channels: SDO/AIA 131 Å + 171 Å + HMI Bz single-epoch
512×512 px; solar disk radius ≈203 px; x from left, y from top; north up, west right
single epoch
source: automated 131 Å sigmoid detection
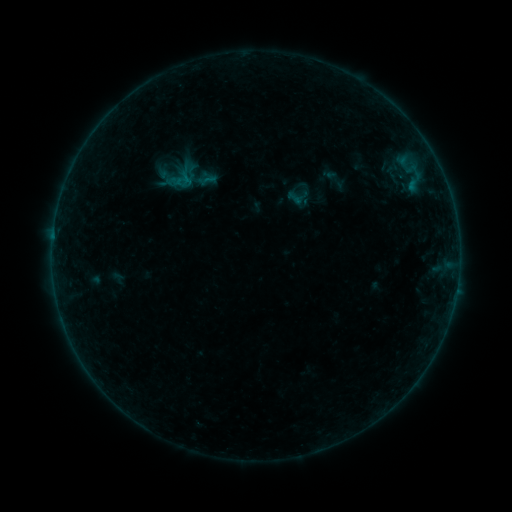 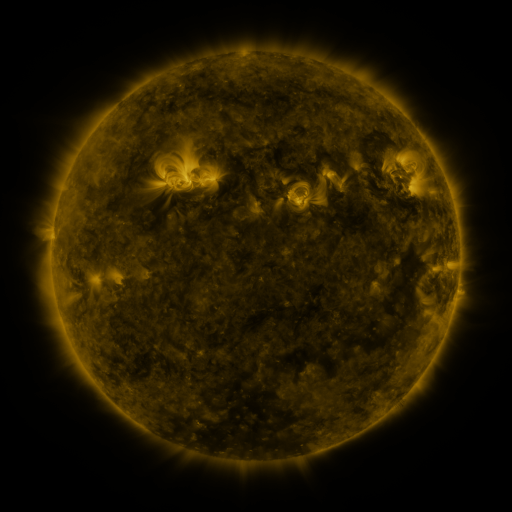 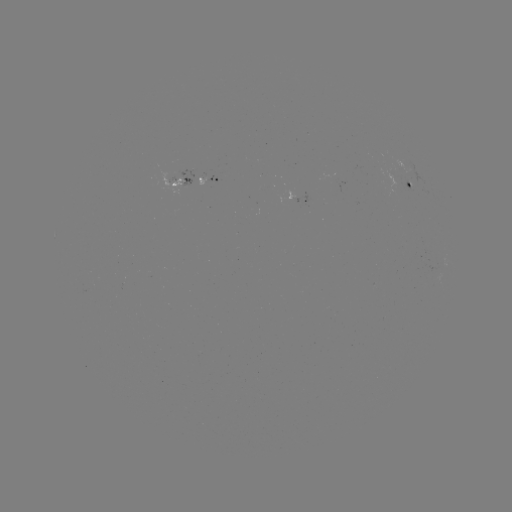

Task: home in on sigmoid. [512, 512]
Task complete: [335, 178].